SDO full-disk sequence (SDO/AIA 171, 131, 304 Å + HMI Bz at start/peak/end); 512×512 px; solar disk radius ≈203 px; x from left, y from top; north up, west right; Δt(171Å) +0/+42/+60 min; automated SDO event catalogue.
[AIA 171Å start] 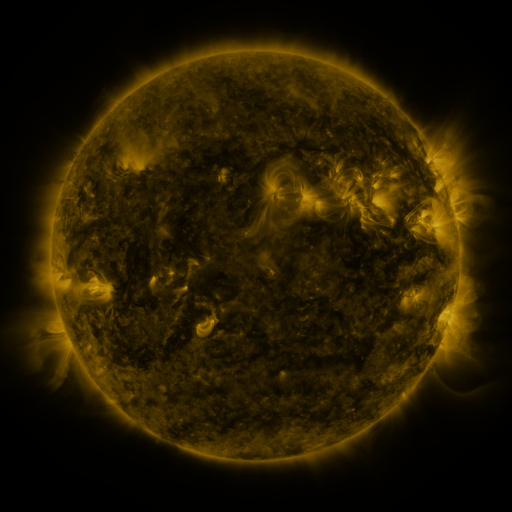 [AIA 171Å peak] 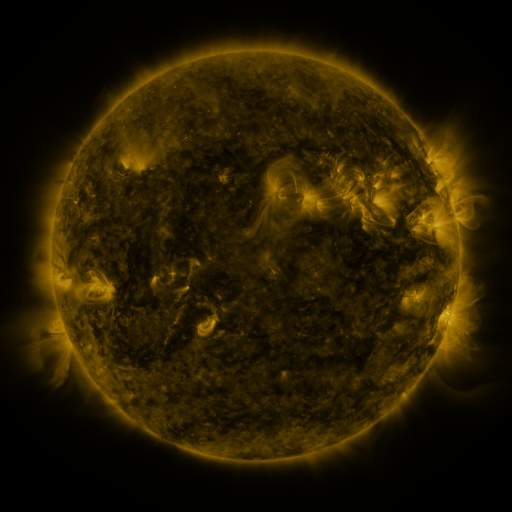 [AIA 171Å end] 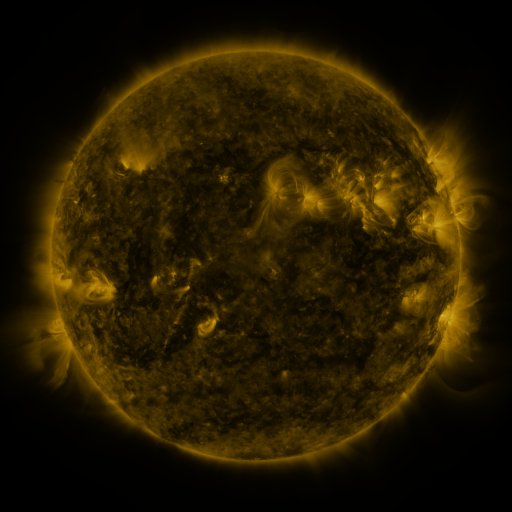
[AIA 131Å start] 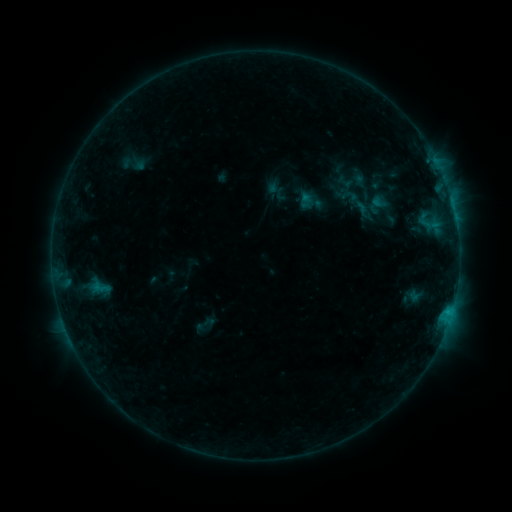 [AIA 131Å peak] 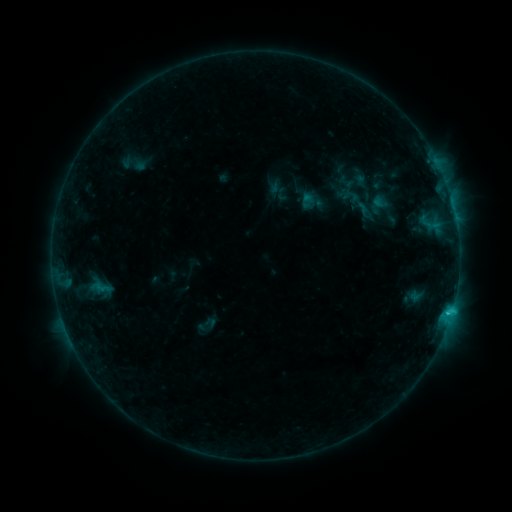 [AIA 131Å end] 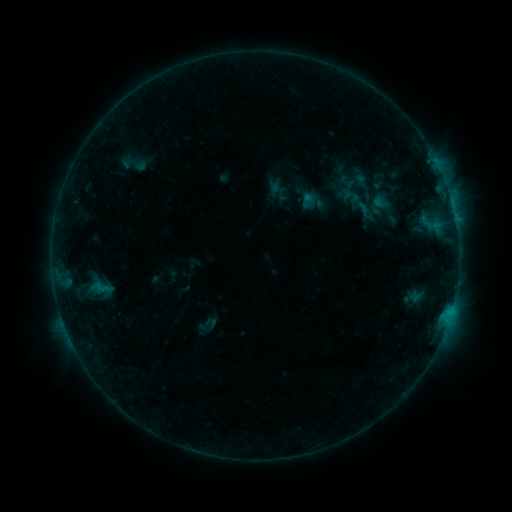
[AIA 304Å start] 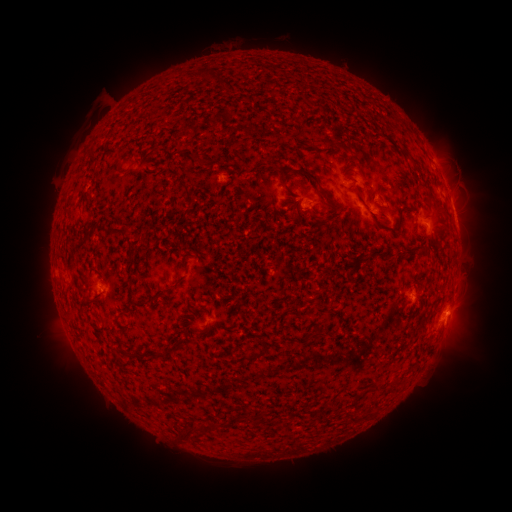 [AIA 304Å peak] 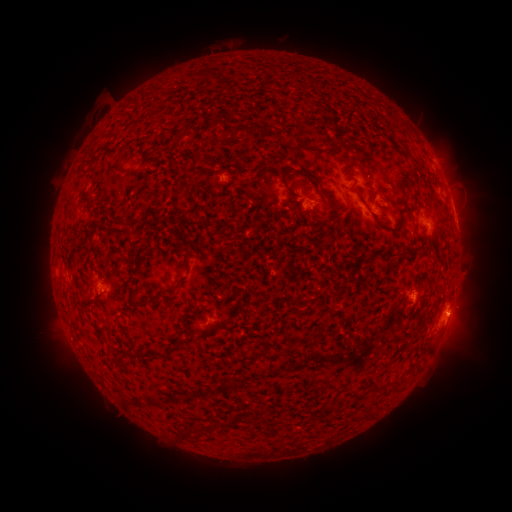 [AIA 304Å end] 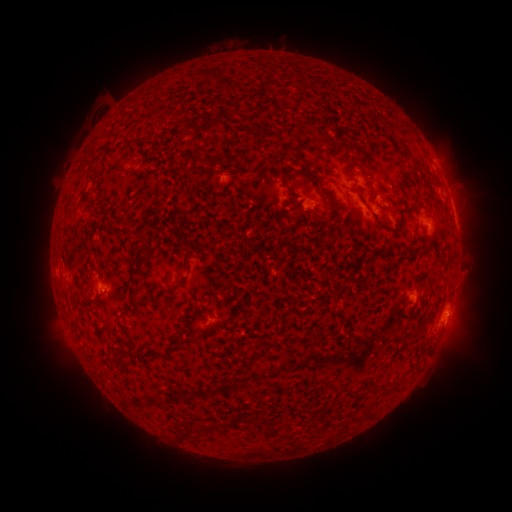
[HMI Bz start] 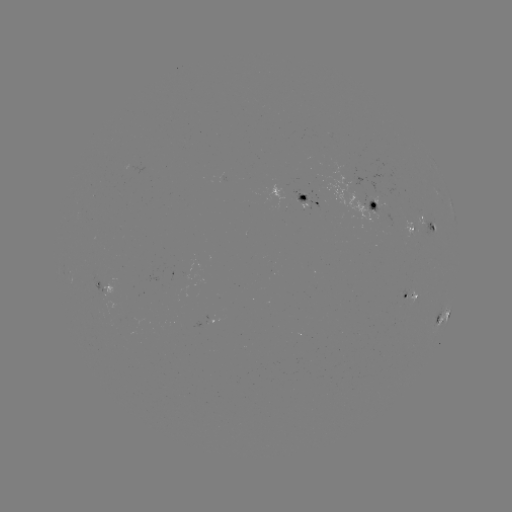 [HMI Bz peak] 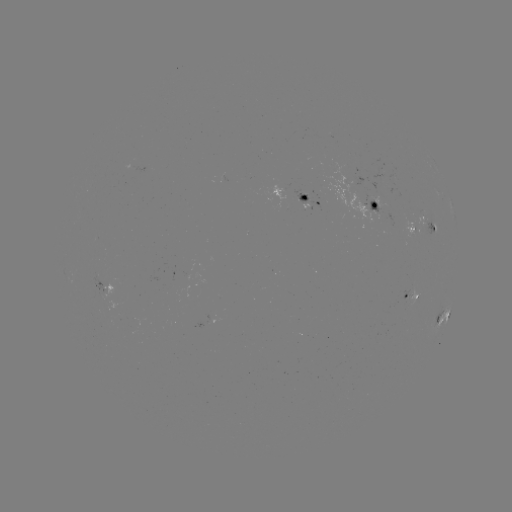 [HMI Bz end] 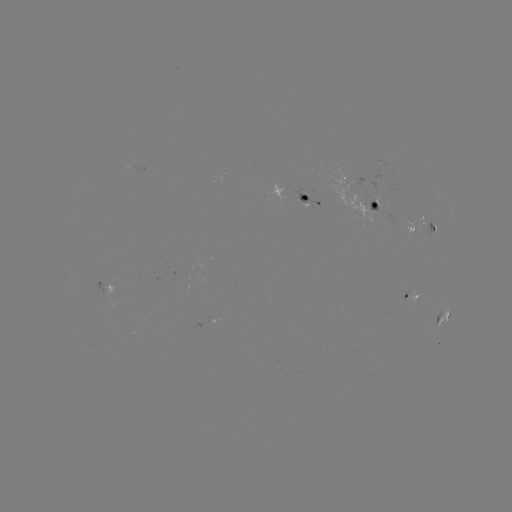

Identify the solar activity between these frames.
C1.2 flare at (452, 307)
